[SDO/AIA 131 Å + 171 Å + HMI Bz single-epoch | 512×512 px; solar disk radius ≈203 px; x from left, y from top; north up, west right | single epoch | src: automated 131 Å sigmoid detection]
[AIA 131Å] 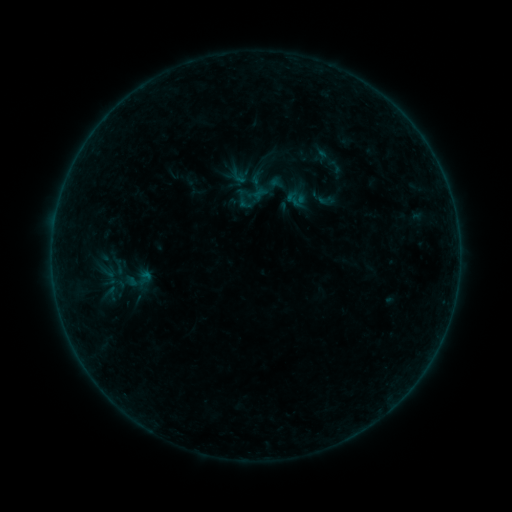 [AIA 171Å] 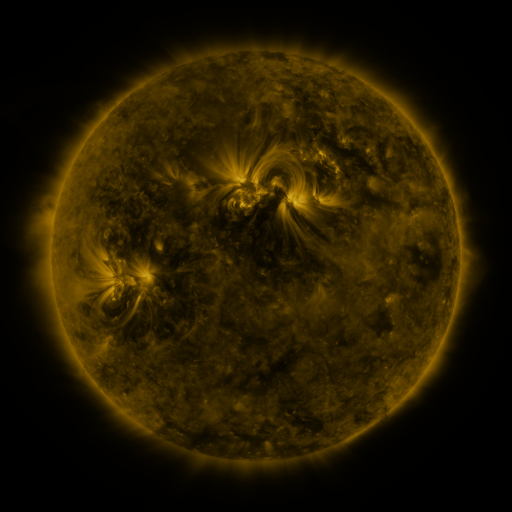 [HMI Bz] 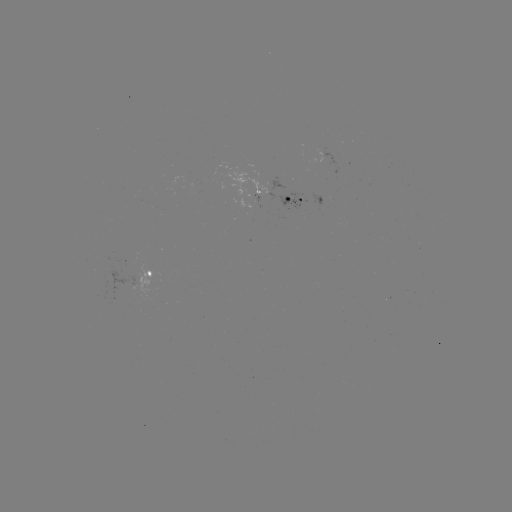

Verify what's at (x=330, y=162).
sigmoid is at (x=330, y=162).